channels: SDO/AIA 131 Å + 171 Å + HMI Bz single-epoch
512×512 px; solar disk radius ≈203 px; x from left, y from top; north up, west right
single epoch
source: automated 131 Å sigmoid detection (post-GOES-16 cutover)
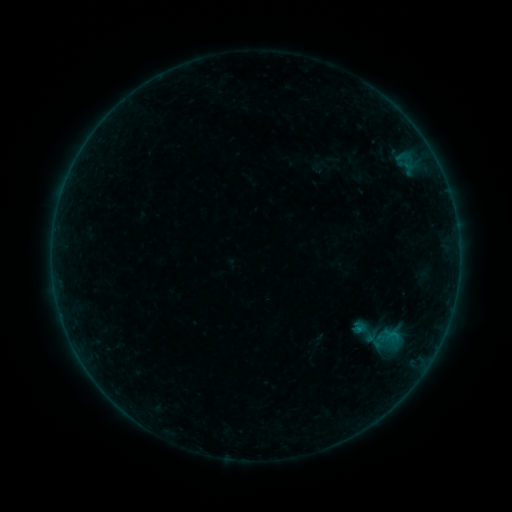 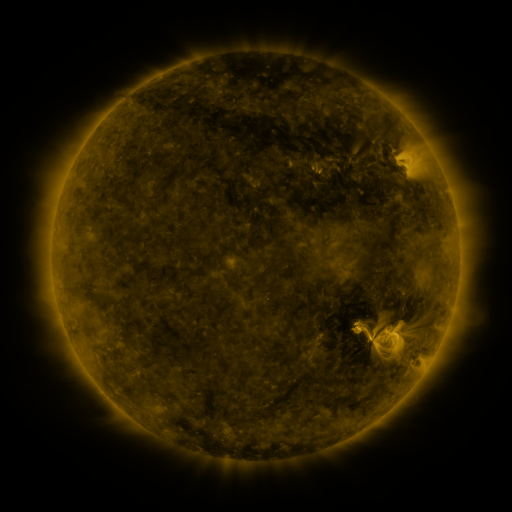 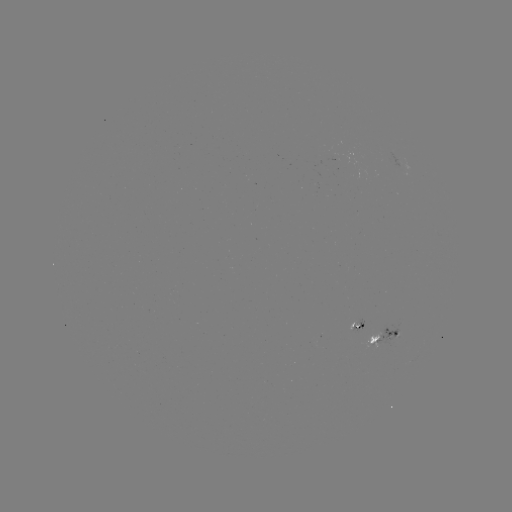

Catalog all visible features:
sigmoid: (366, 333)
